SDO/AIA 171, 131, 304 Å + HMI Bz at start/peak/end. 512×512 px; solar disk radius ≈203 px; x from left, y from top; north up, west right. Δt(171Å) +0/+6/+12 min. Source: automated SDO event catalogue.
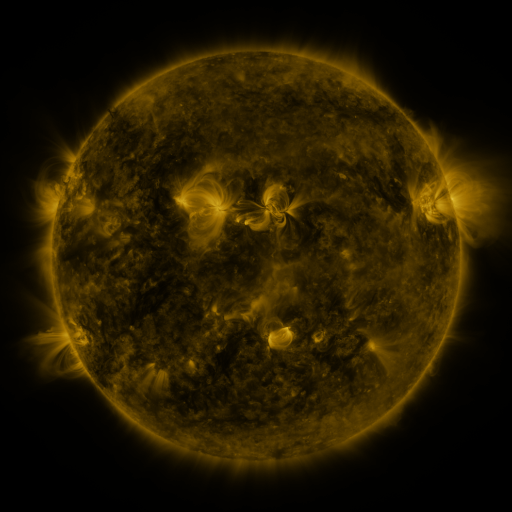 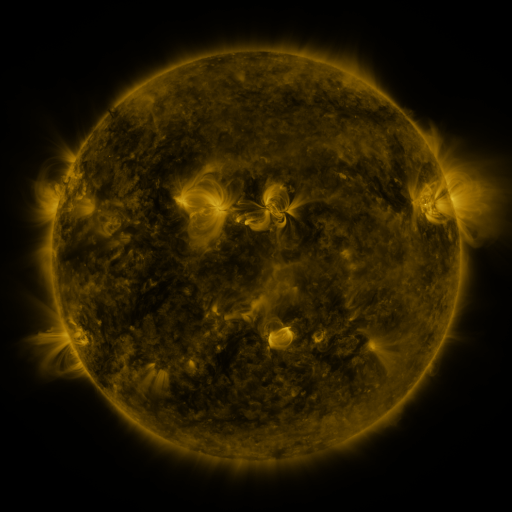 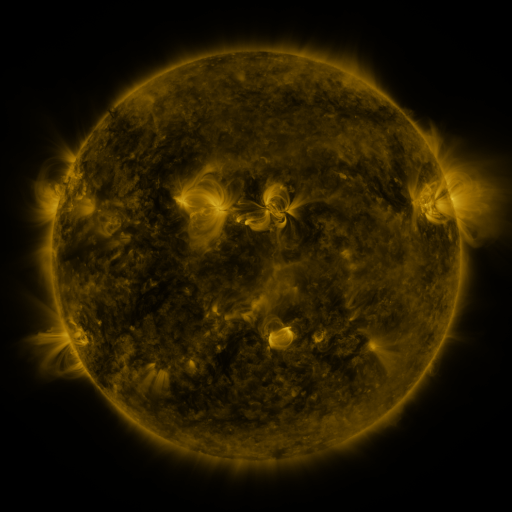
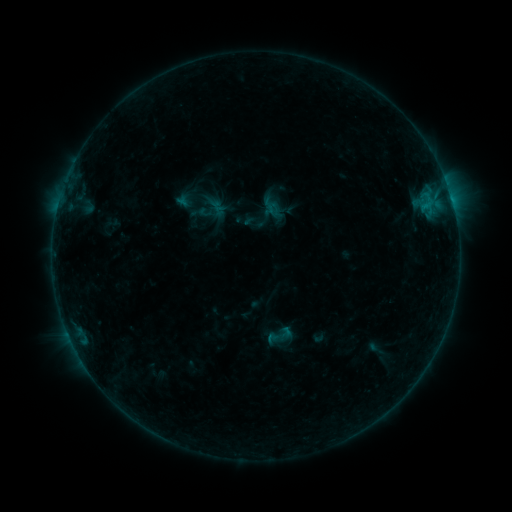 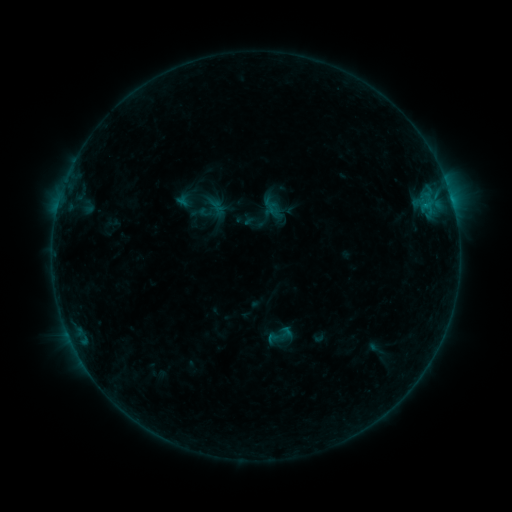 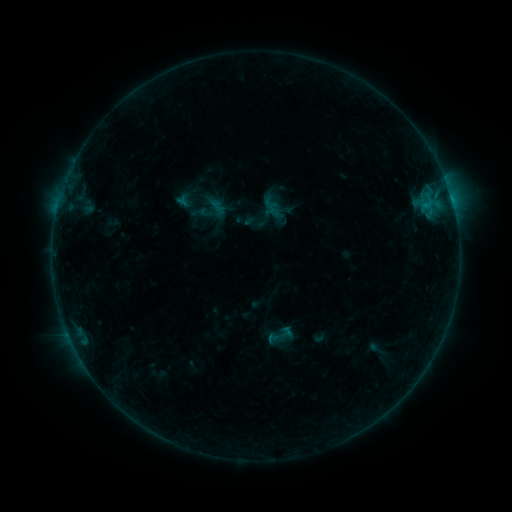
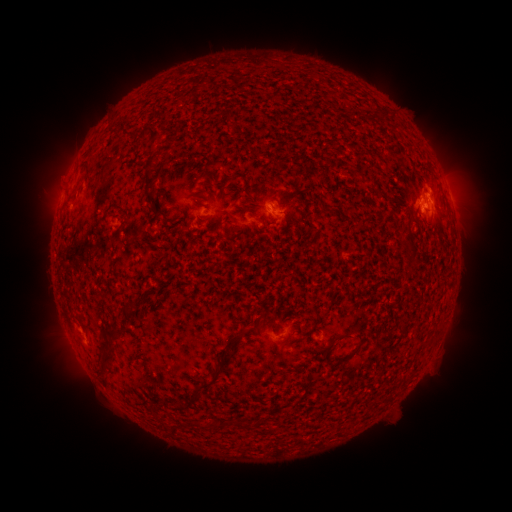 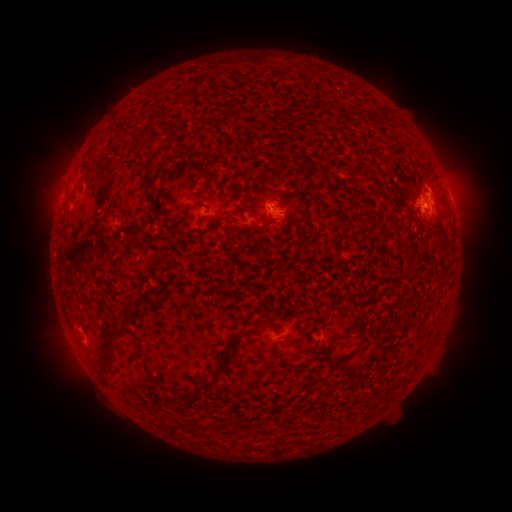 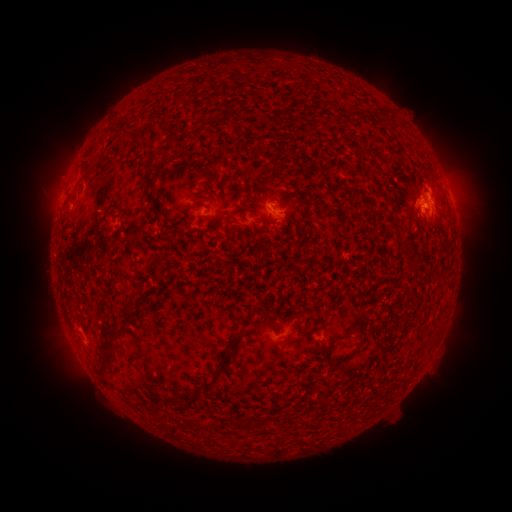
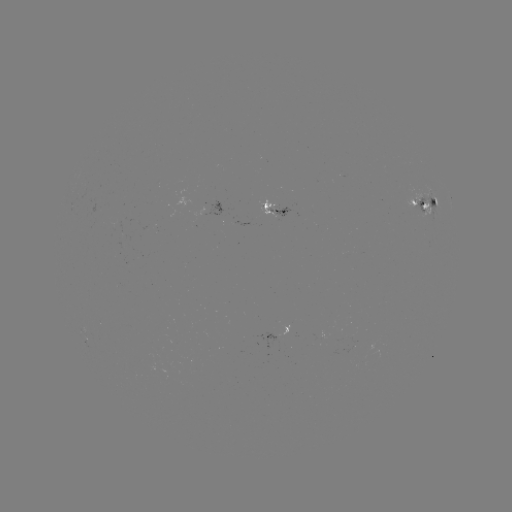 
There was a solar flare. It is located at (422, 207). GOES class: B4.6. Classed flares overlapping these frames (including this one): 1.